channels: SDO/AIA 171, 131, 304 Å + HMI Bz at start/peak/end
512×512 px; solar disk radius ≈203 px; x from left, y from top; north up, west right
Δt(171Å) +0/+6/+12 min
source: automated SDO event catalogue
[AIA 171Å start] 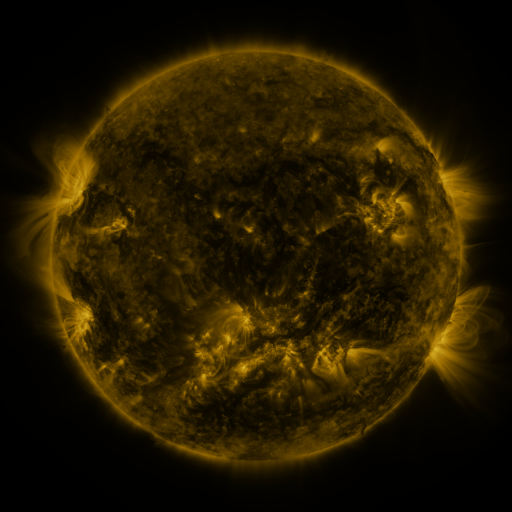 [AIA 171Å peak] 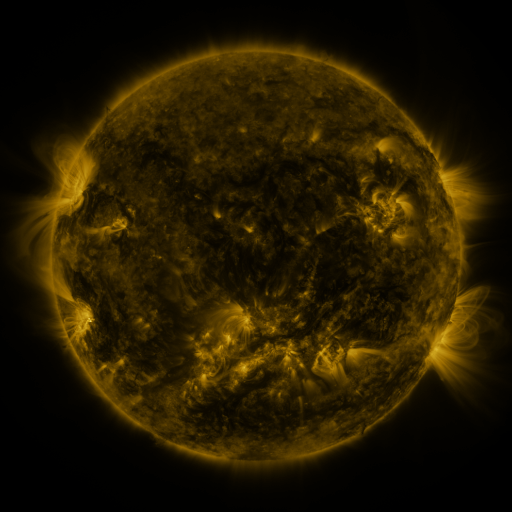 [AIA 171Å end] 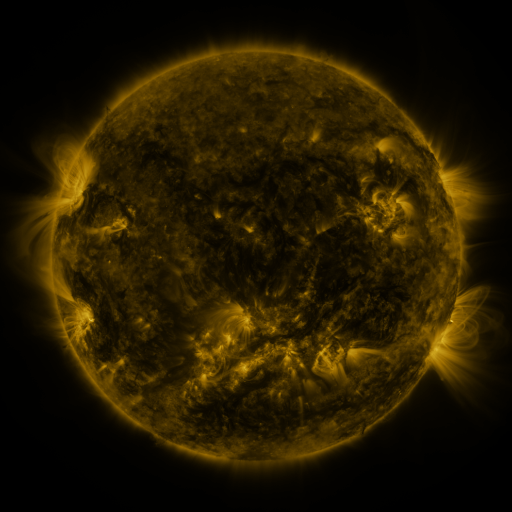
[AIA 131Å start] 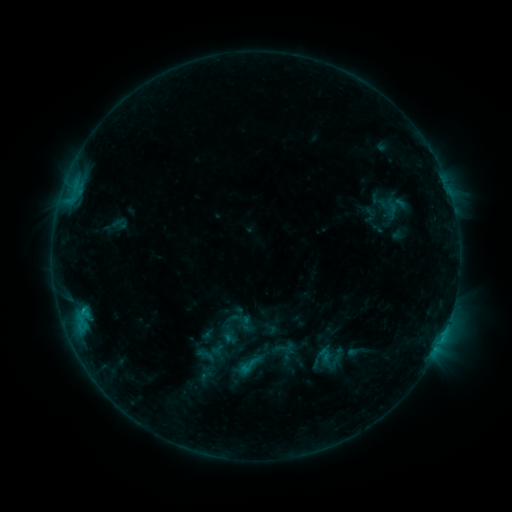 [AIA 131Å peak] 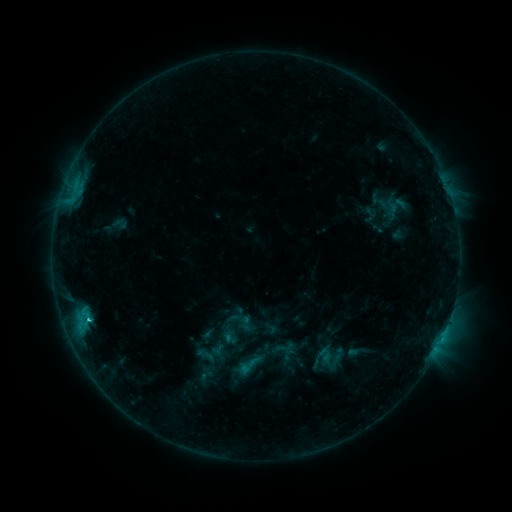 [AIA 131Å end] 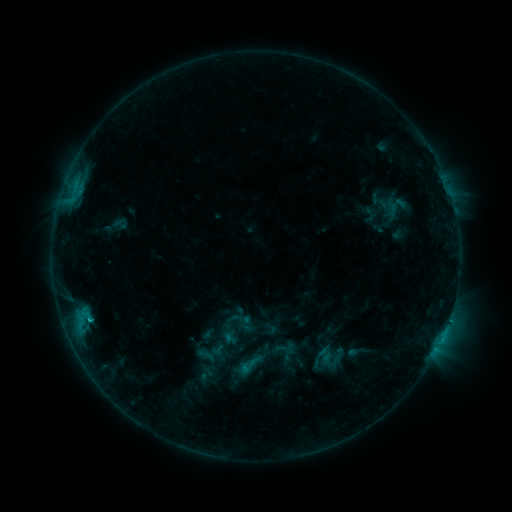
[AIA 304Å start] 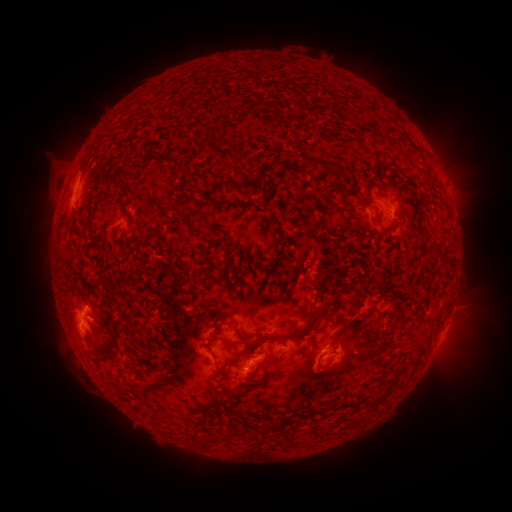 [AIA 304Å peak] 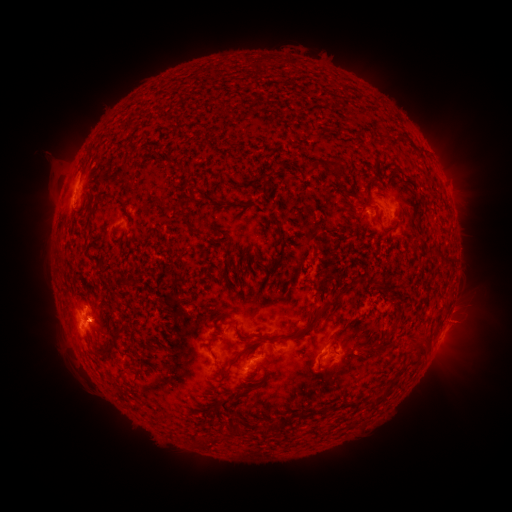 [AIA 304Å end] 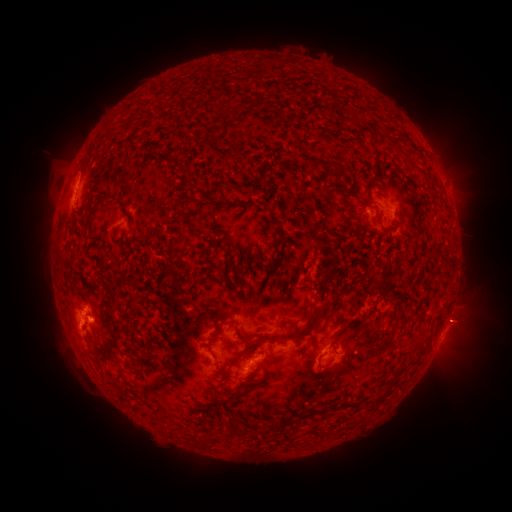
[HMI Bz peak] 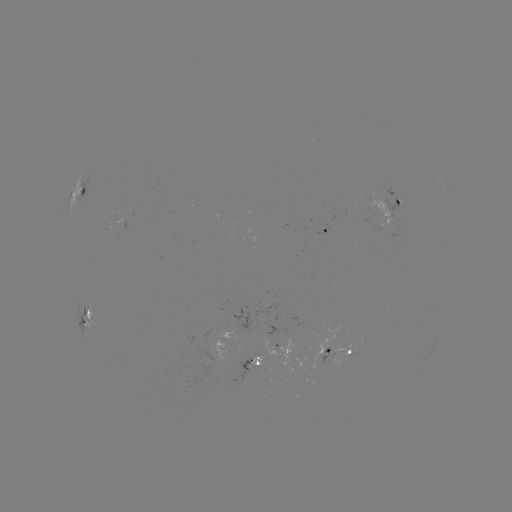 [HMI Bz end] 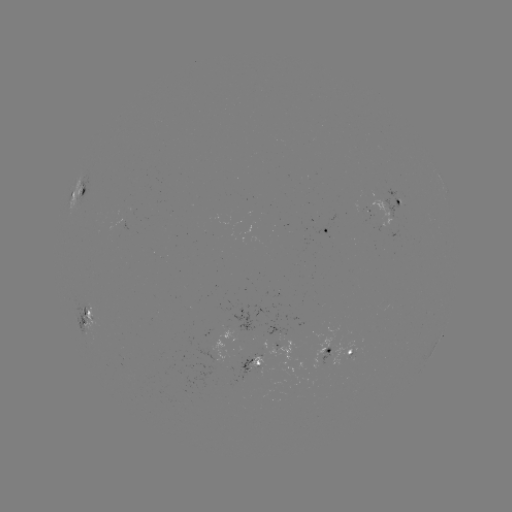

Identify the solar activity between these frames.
eruption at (103, 324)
